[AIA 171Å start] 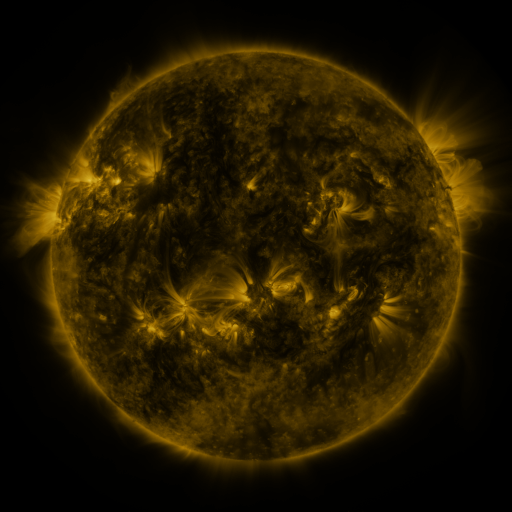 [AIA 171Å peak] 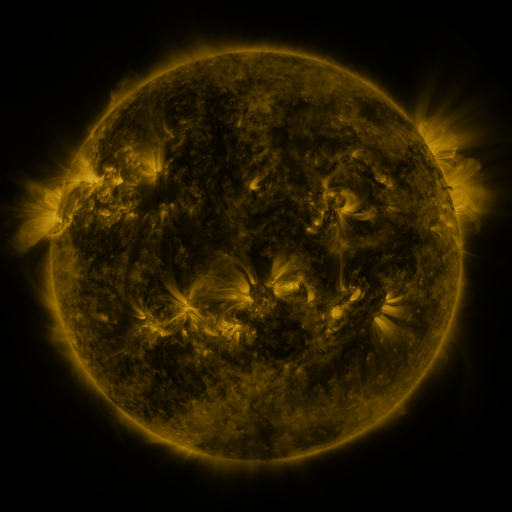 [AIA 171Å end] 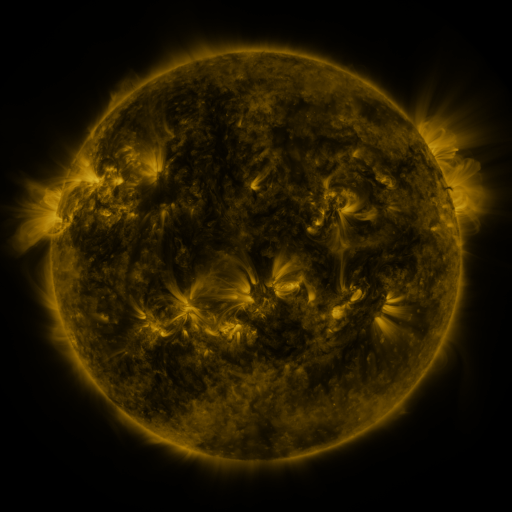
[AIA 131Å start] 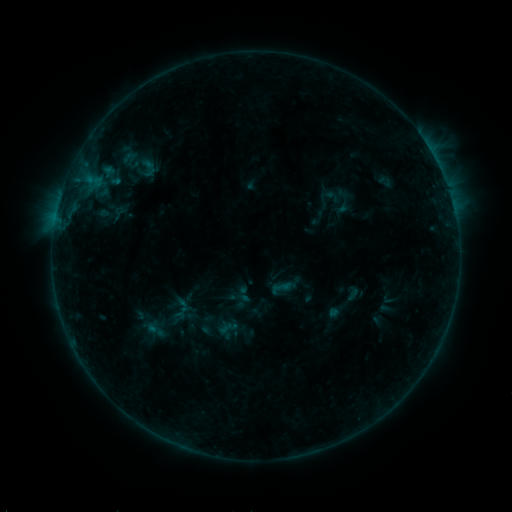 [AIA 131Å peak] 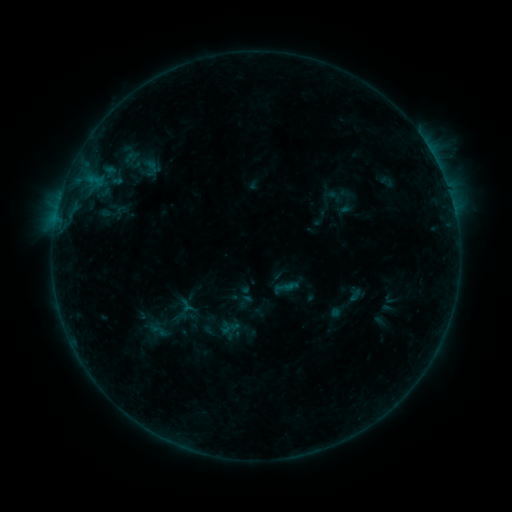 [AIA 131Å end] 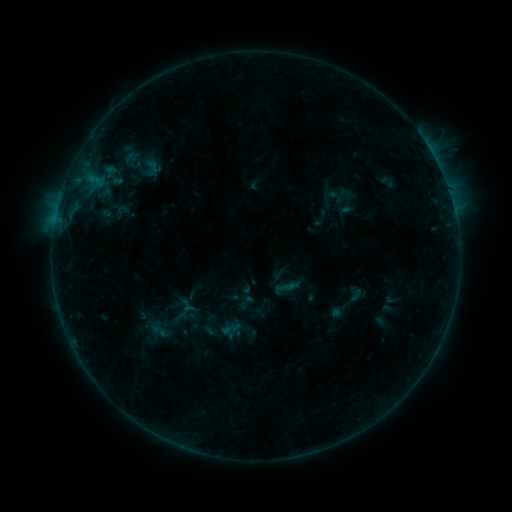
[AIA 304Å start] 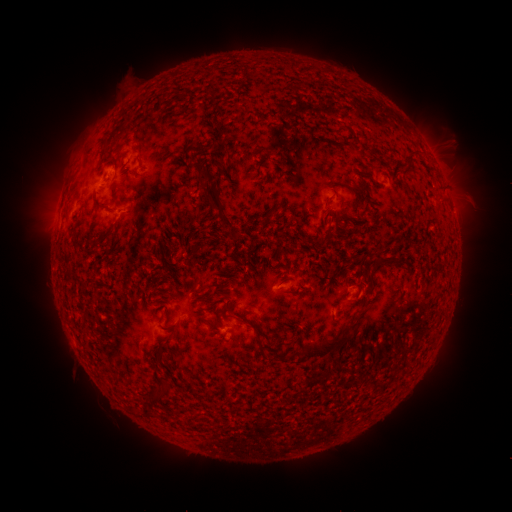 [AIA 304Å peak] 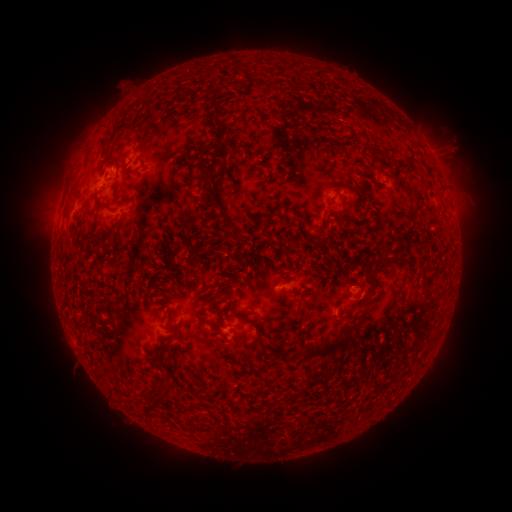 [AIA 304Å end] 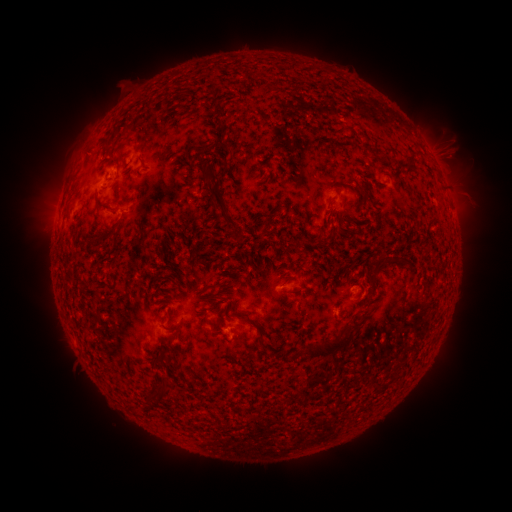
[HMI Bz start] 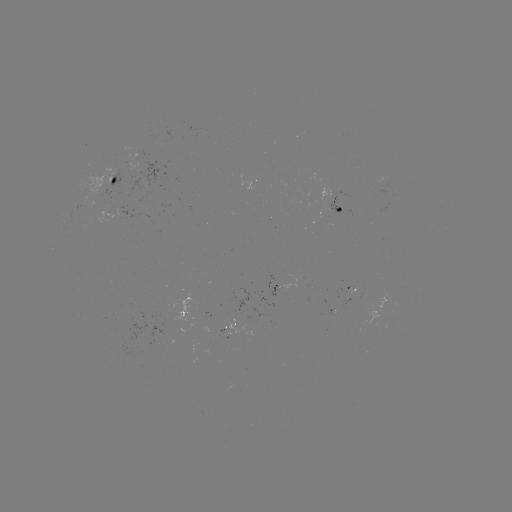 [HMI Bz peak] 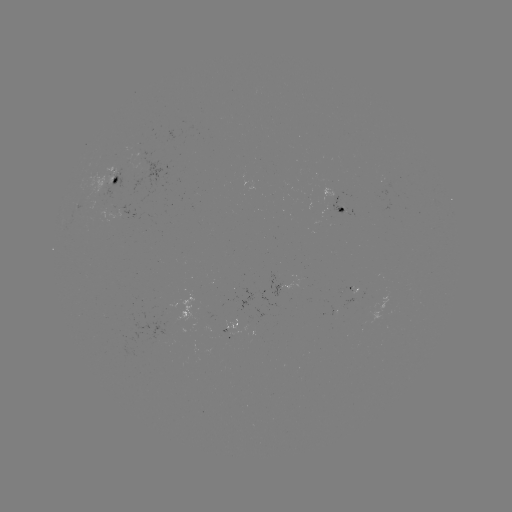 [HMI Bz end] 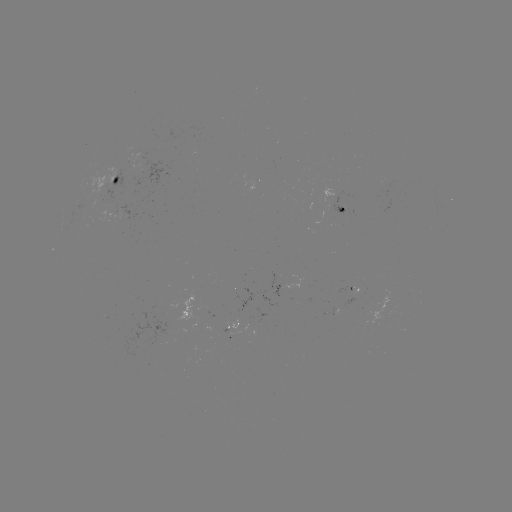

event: emerging-flux region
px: (345, 291)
